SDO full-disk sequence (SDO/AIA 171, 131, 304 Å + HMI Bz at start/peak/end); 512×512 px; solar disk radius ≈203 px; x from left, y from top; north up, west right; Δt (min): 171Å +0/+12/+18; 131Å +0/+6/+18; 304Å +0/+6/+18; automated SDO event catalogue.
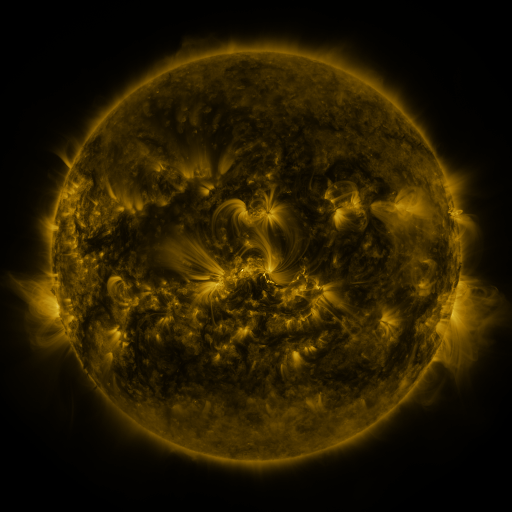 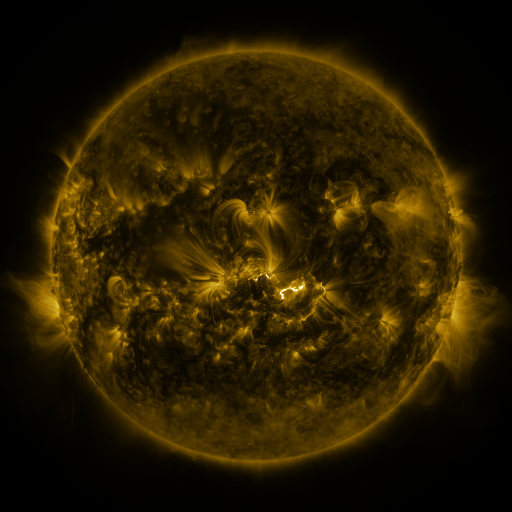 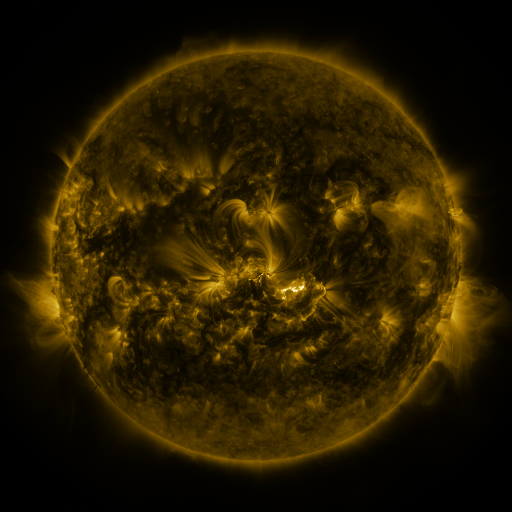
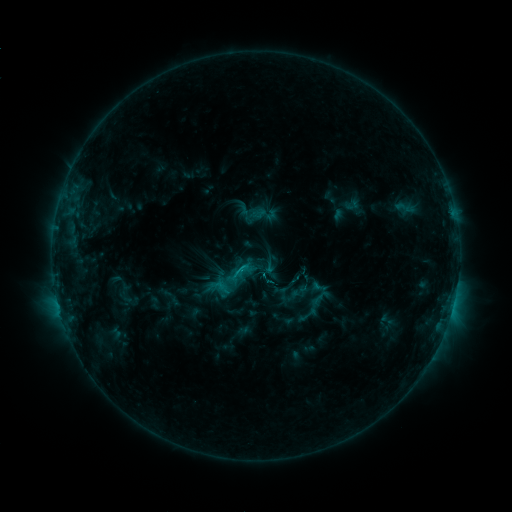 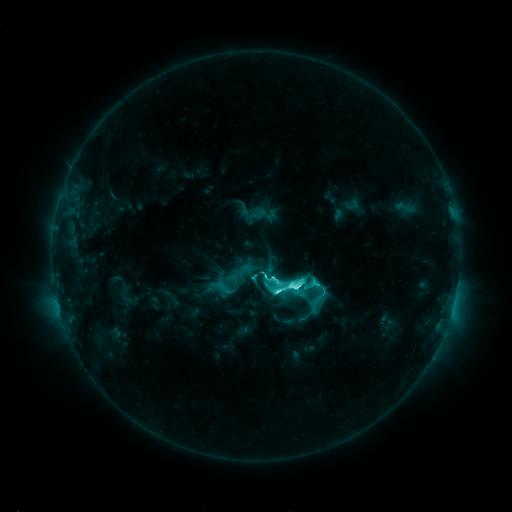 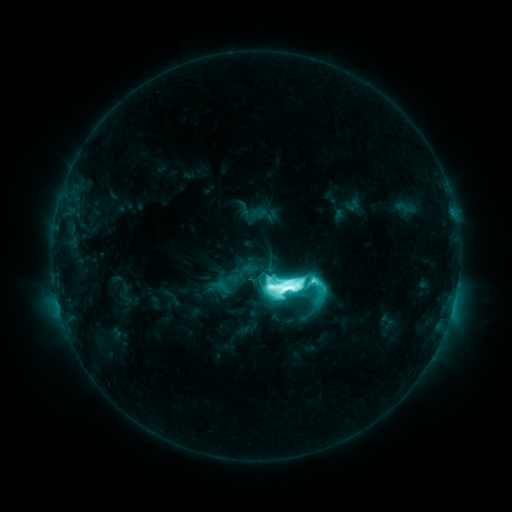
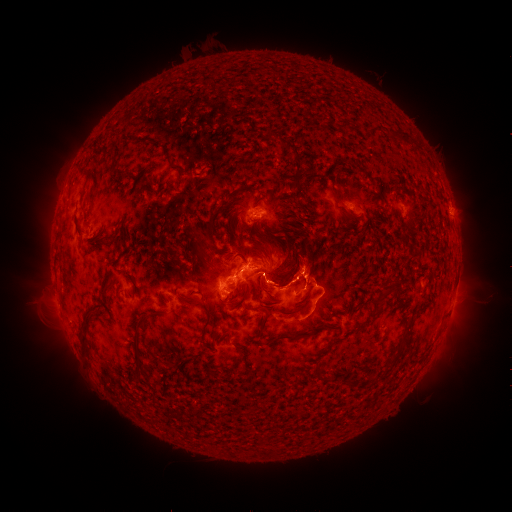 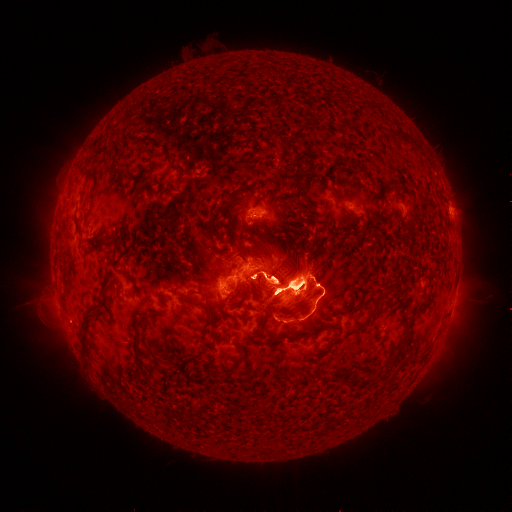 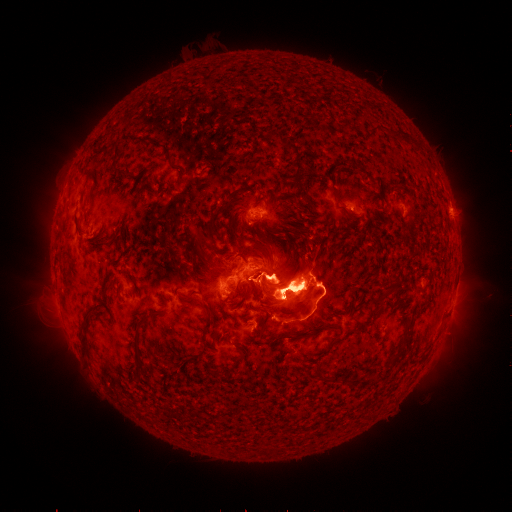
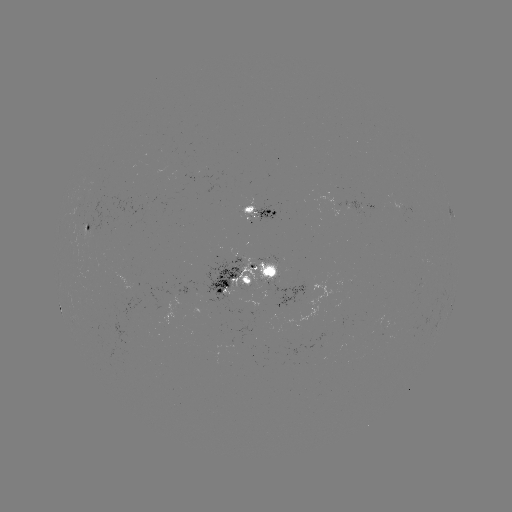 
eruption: <bbox>34, 146, 115, 266</bbox>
